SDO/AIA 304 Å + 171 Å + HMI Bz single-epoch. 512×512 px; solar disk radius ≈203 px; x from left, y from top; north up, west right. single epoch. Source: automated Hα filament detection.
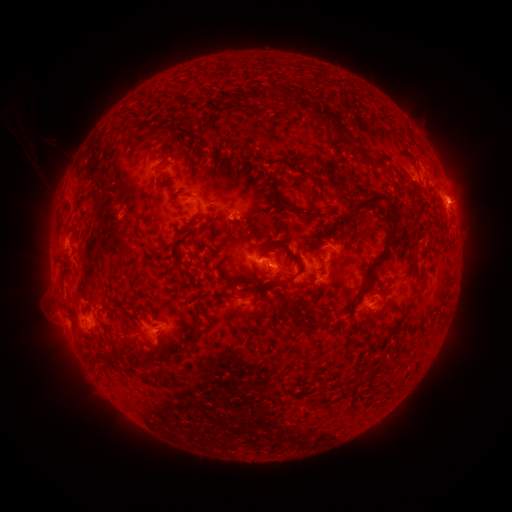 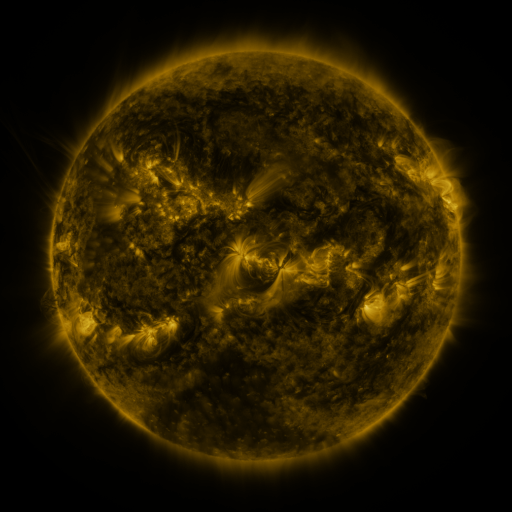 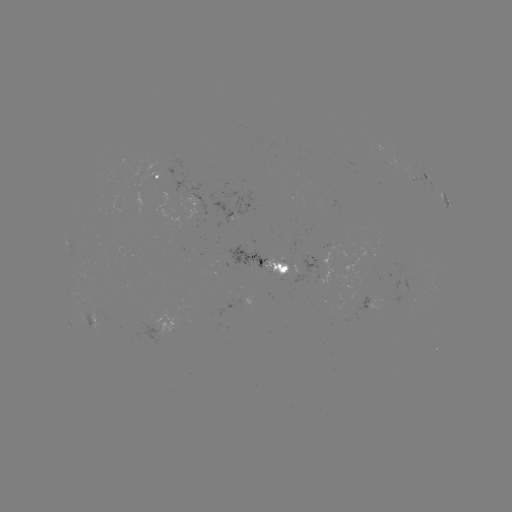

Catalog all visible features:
filament: [193, 59, 229, 77]
filament: [73, 74, 178, 185]
filament: [279, 95, 291, 106]
filament: [290, 96, 345, 136]
filament: [201, 112, 217, 136]
filament: [136, 126, 162, 149]
filament: [209, 152, 218, 162]
filament: [225, 164, 239, 186]
filament: [239, 166, 248, 180]
filament: [255, 169, 326, 222]
filament: [302, 170, 323, 201]
filament: [206, 183, 214, 193]
filament: [288, 184, 297, 193]
filament: [347, 191, 397, 250]
filament: [183, 203, 206, 233]
filament: [246, 209, 262, 222]
filament: [235, 214, 258, 246]
filament: [59, 219, 77, 241]
filament: [186, 220, 213, 254]
filament: [323, 222, 335, 232]
filament: [203, 230, 235, 260]
filament: [279, 241, 289, 248]
filament: [258, 243, 271, 258]
filament: [187, 246, 235, 271]
filament: [272, 247, 303, 280]
filament: [313, 248, 322, 260]
filament: [182, 260, 192, 273]
filament: [222, 262, 274, 292]
filament: [58, 264, 67, 276]
filament: [364, 278, 372, 288]
filament: [268, 279, 280, 291]
filament: [311, 286, 320, 298]
filament: [211, 291, 231, 302]
filament: [299, 299, 312, 309]
filament: [349, 301, 356, 312]
filament: [234, 305, 247, 312]
filament: [290, 315, 328, 329]
filament: [192, 325, 201, 337]
